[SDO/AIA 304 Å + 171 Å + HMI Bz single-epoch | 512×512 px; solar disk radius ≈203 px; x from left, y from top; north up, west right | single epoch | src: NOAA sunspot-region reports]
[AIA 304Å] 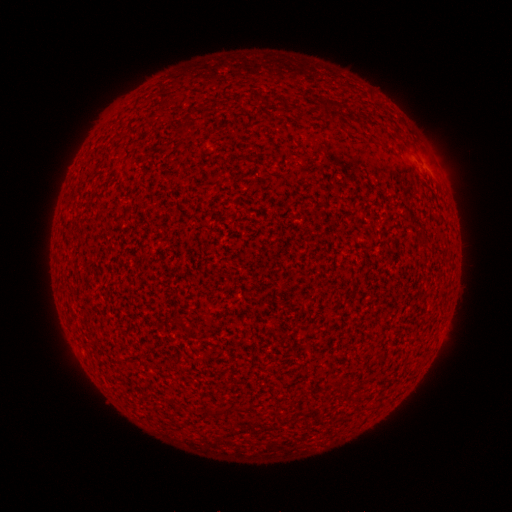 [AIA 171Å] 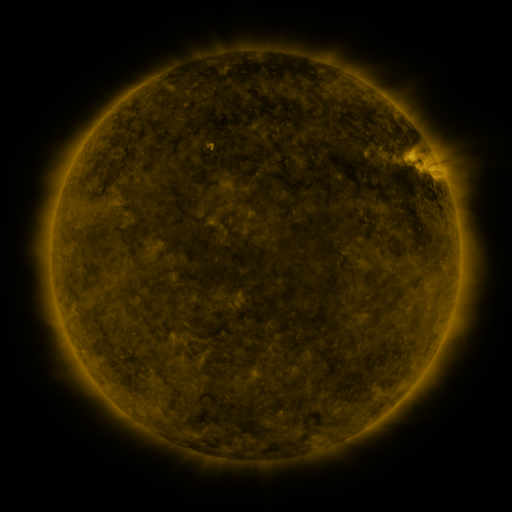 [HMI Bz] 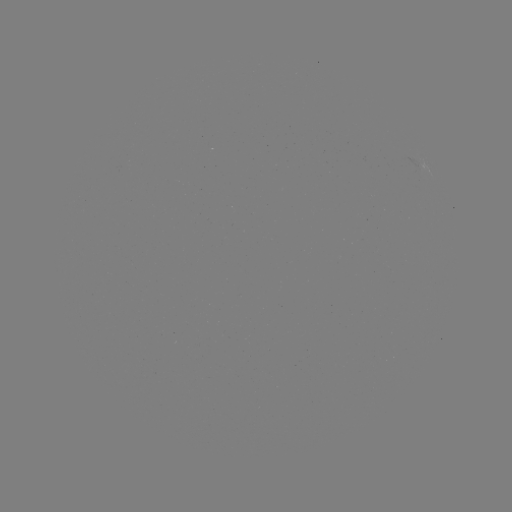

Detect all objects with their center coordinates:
(none)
